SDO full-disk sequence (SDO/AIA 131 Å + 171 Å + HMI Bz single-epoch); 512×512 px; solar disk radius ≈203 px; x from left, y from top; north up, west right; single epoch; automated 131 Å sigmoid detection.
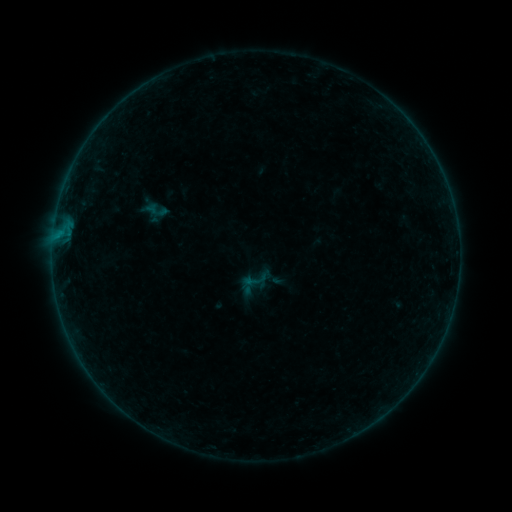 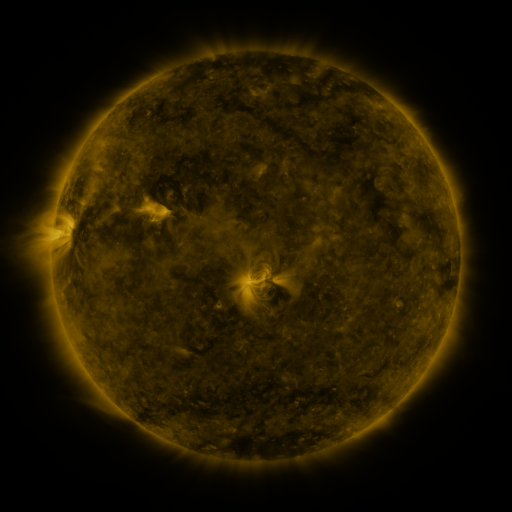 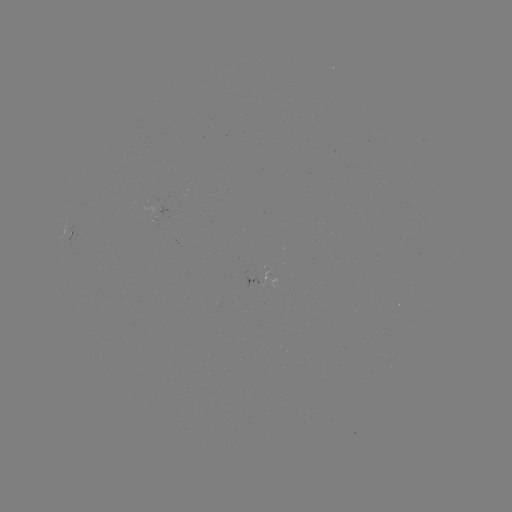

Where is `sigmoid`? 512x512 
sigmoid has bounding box [245, 269, 270, 293].